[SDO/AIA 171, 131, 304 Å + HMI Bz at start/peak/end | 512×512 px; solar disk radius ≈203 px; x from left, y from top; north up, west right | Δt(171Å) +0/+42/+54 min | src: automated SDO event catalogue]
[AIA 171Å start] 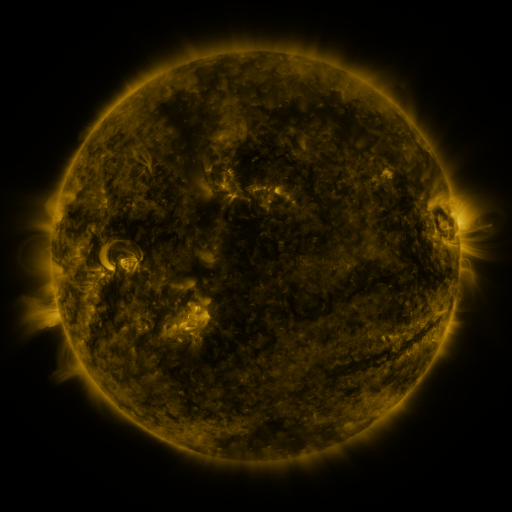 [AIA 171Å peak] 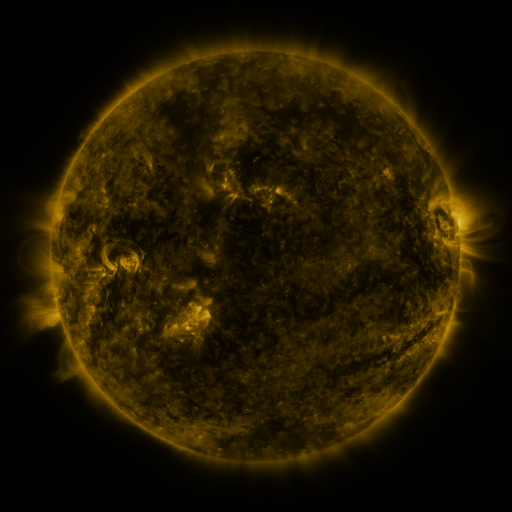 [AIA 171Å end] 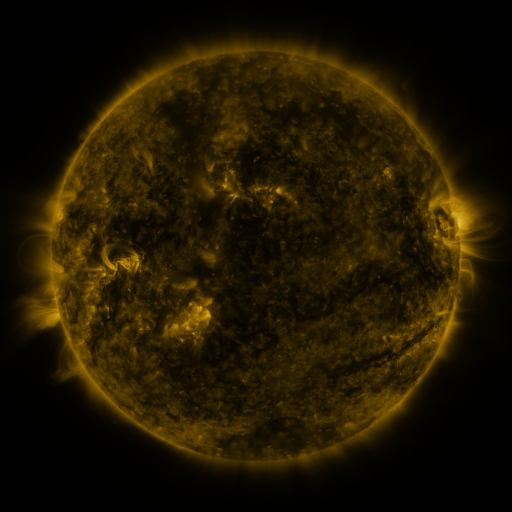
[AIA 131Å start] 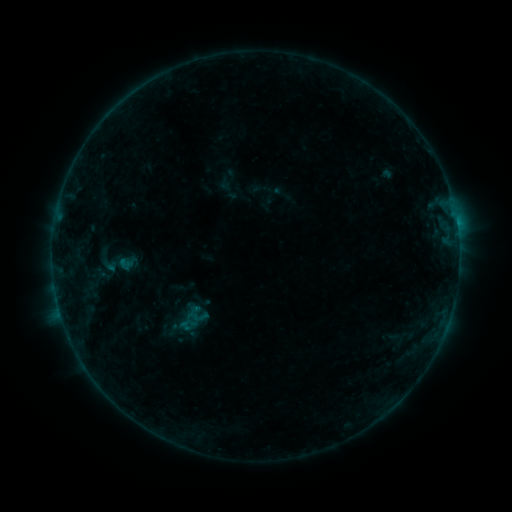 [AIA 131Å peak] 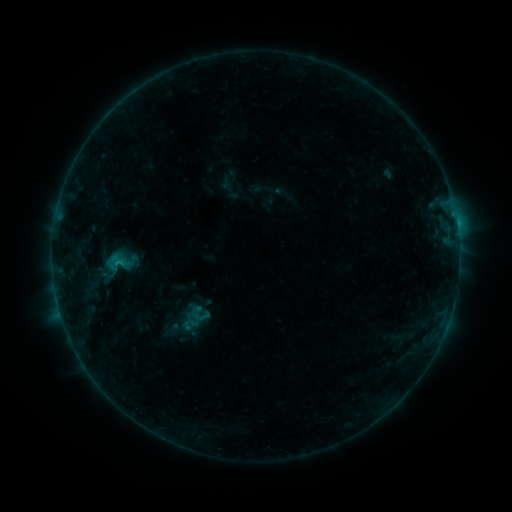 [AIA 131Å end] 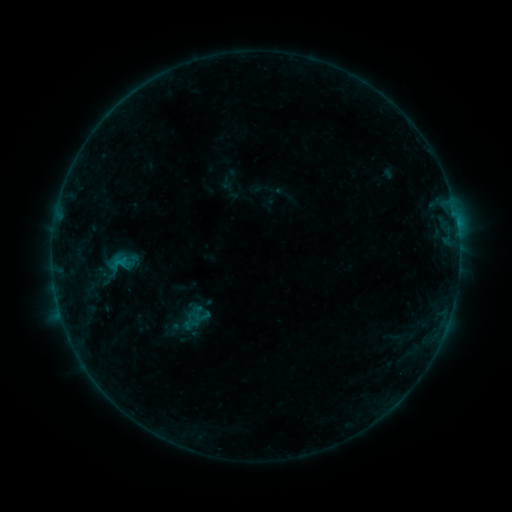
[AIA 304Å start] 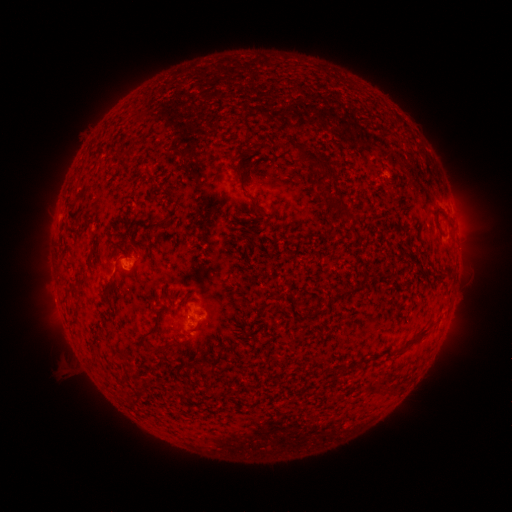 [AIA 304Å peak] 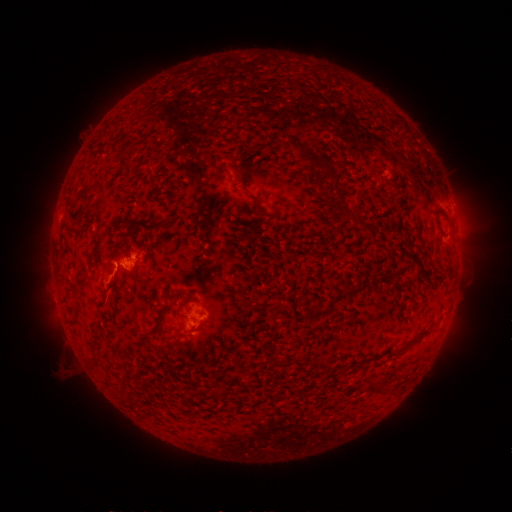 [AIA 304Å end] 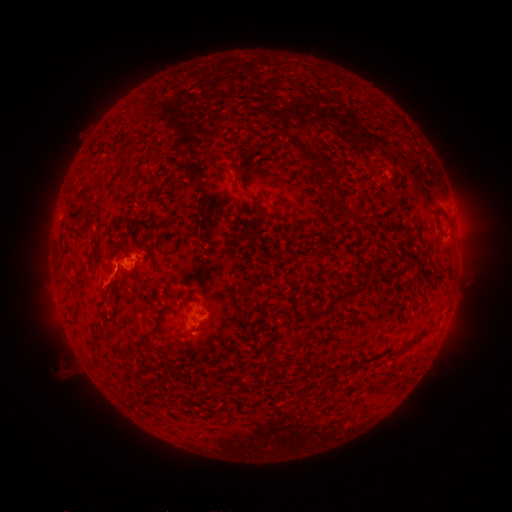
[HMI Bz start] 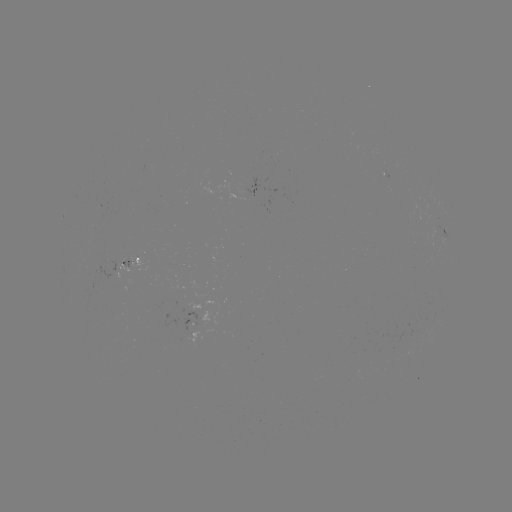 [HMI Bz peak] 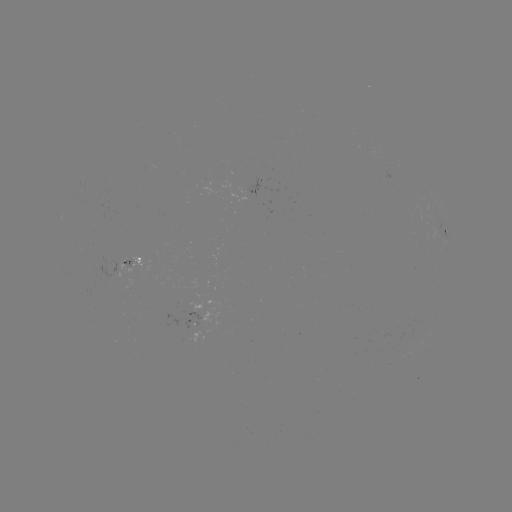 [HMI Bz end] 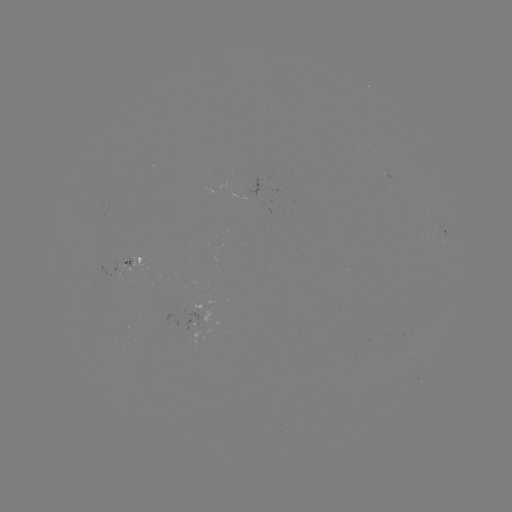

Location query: B8.0 flare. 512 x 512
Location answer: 117,262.